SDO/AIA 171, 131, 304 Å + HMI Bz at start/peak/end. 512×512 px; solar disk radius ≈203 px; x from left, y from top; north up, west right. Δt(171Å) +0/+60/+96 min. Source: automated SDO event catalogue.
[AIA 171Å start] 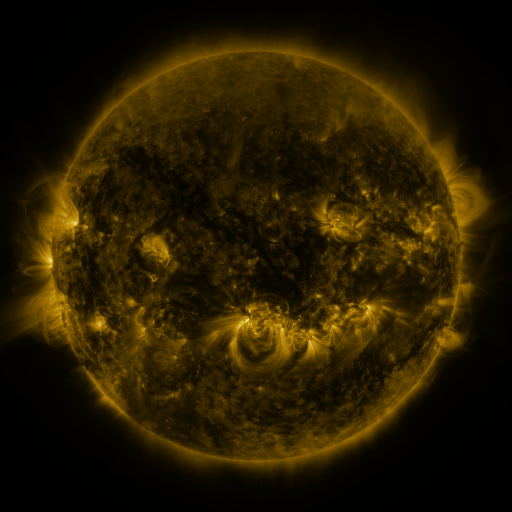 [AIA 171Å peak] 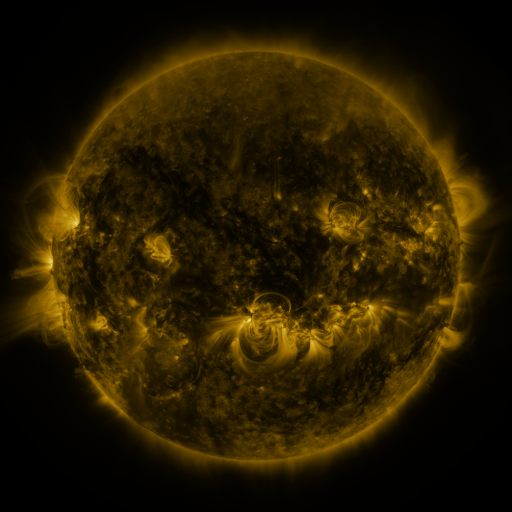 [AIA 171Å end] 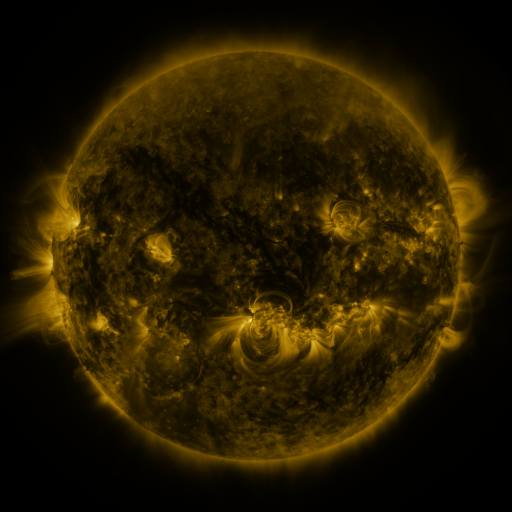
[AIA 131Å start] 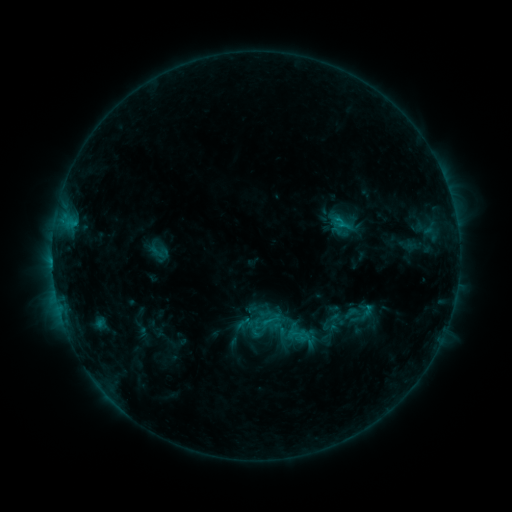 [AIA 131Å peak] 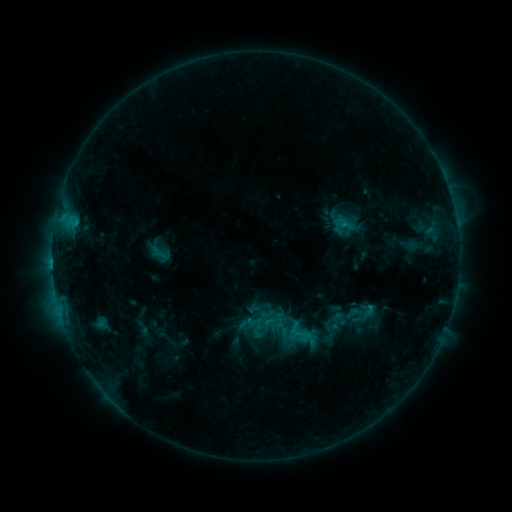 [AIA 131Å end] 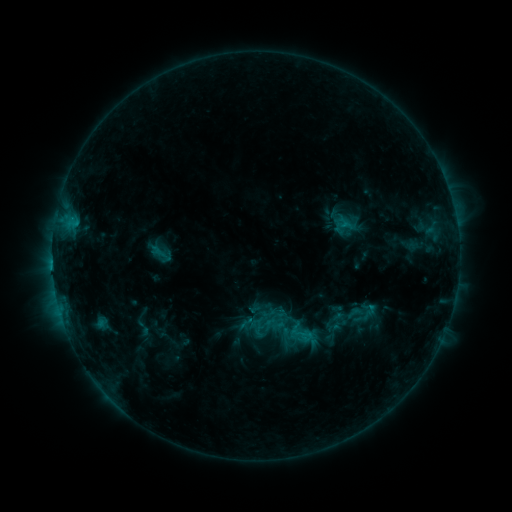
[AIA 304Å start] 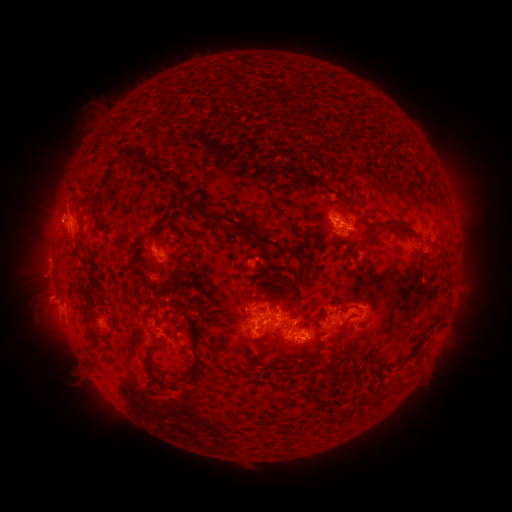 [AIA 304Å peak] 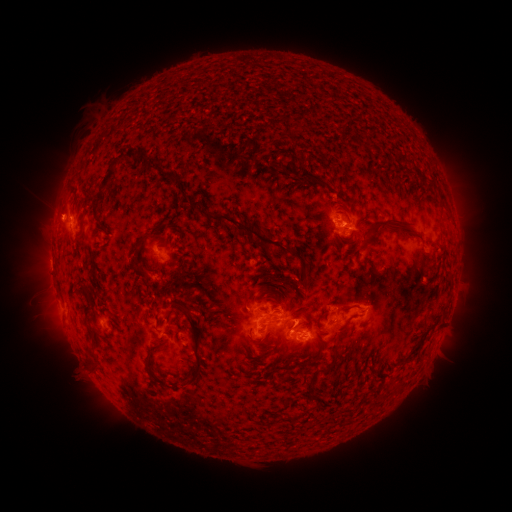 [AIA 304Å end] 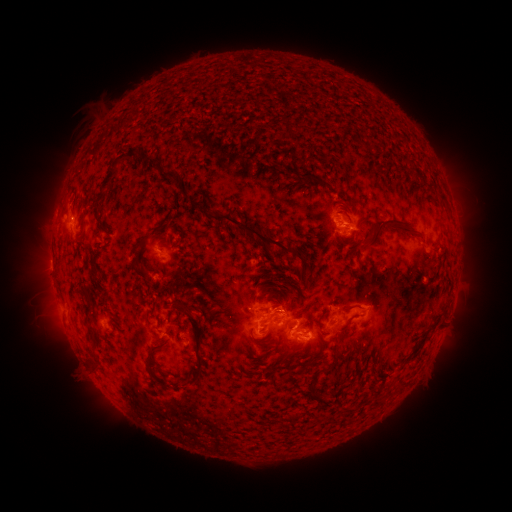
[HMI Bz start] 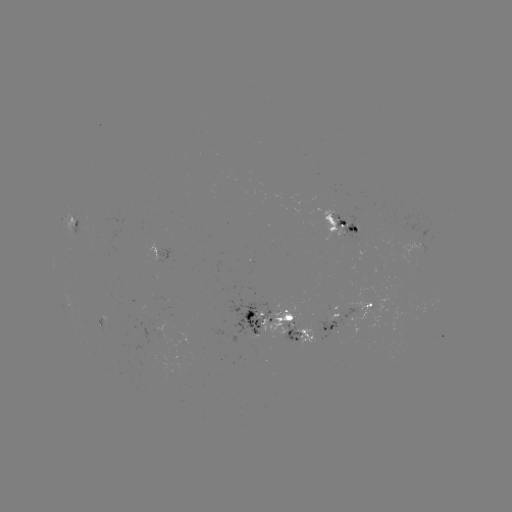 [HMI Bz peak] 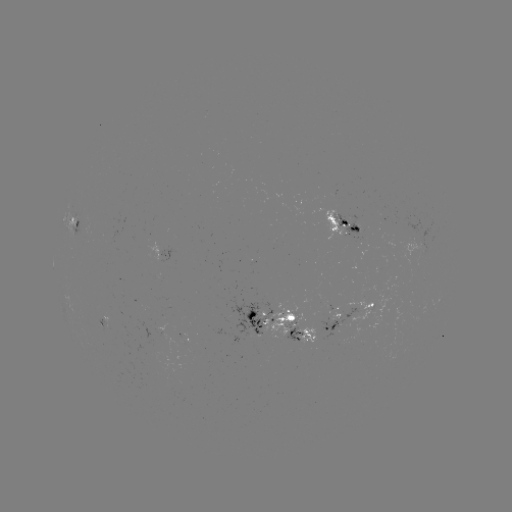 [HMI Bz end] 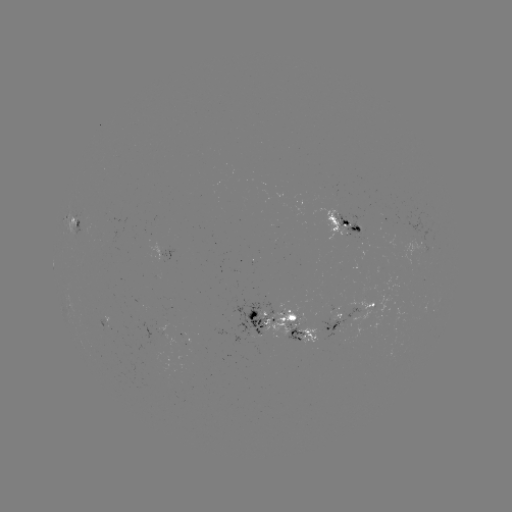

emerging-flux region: (343, 285, 397, 328)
